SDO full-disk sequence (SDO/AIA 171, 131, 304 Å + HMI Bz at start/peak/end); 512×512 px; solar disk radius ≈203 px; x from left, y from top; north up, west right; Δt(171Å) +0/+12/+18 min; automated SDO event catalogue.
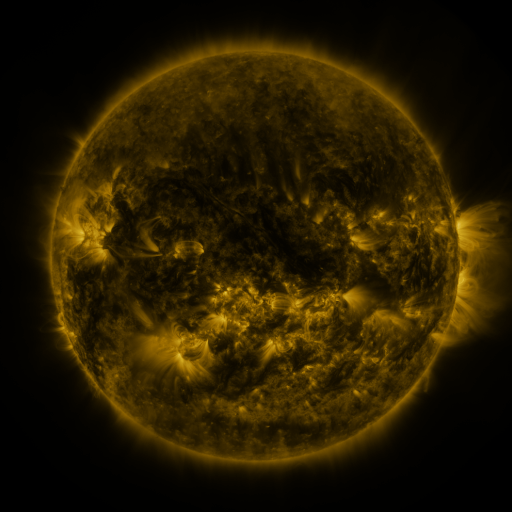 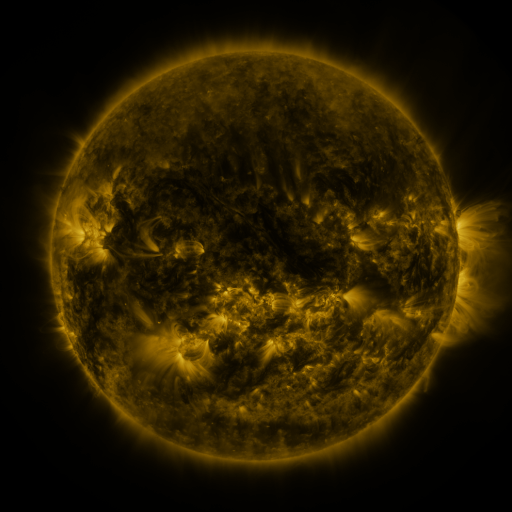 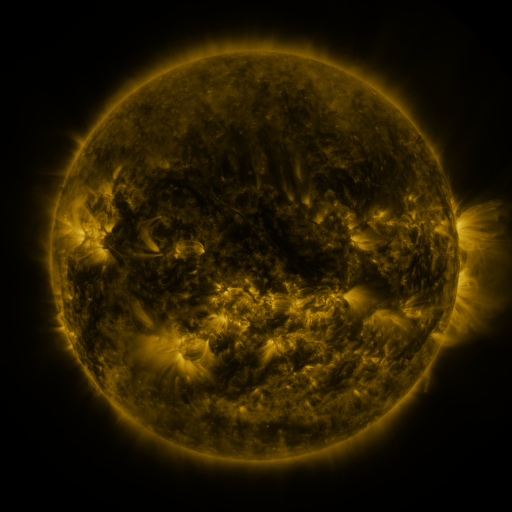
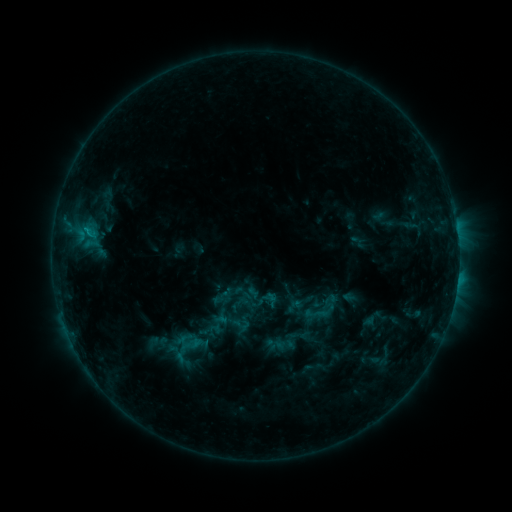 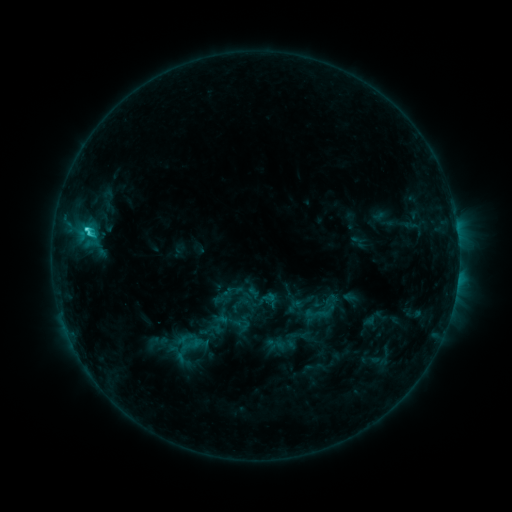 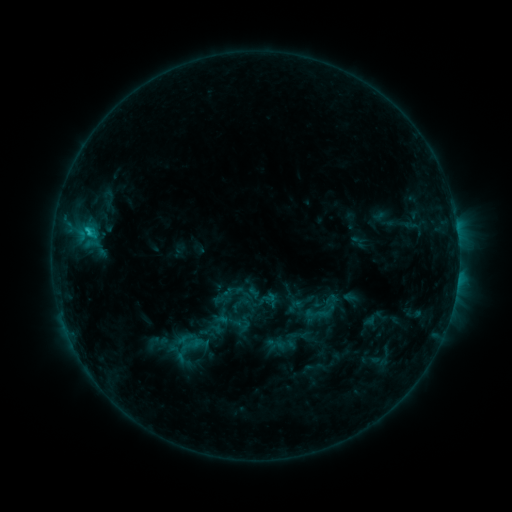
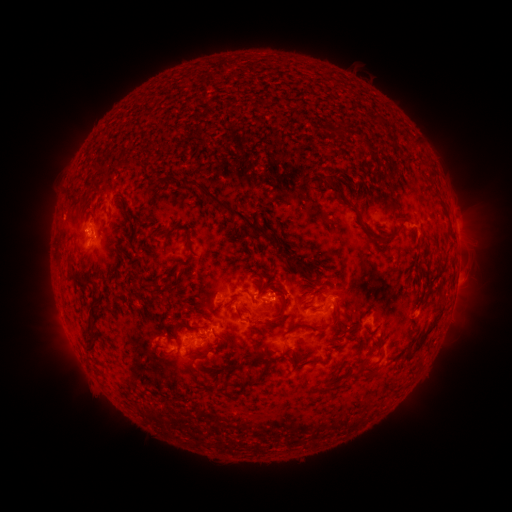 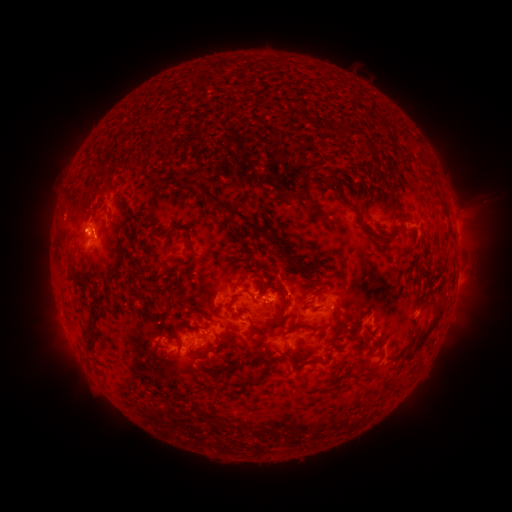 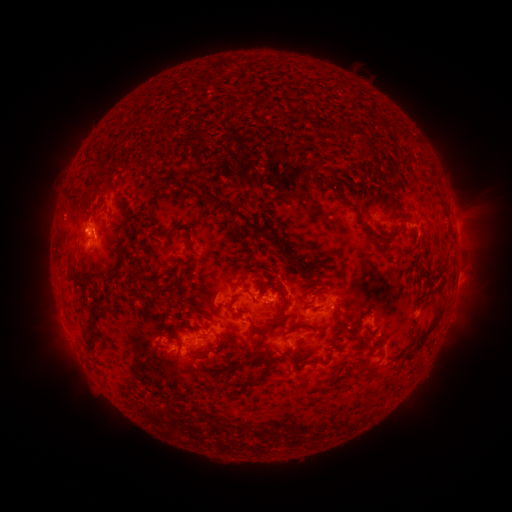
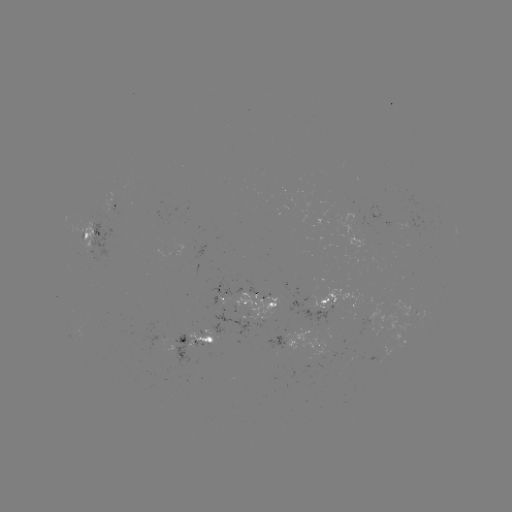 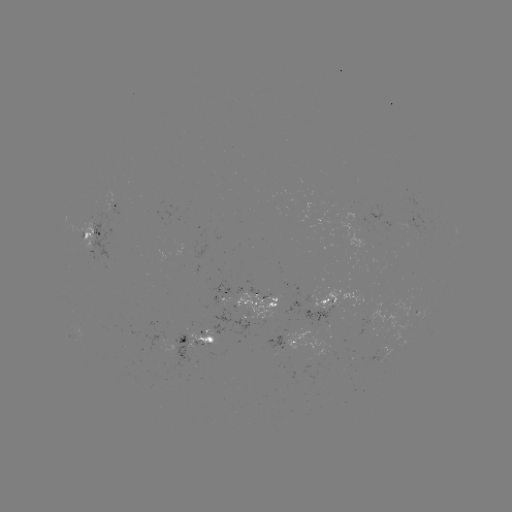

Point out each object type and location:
C2.1 flare: (87, 232)
